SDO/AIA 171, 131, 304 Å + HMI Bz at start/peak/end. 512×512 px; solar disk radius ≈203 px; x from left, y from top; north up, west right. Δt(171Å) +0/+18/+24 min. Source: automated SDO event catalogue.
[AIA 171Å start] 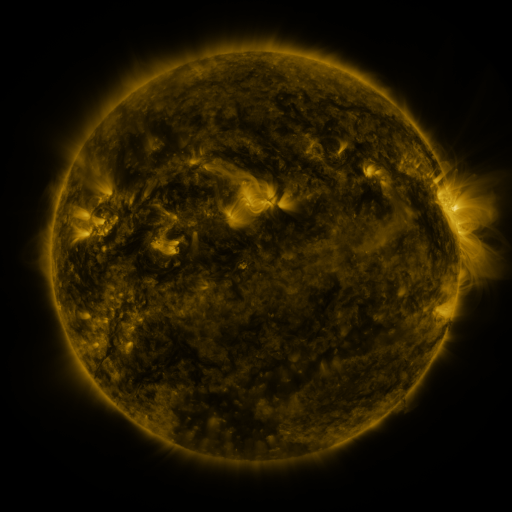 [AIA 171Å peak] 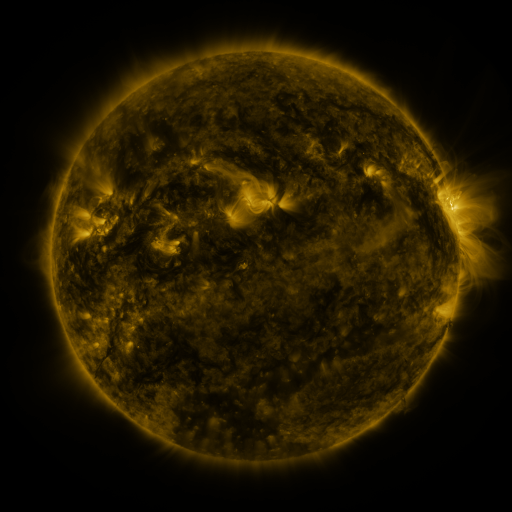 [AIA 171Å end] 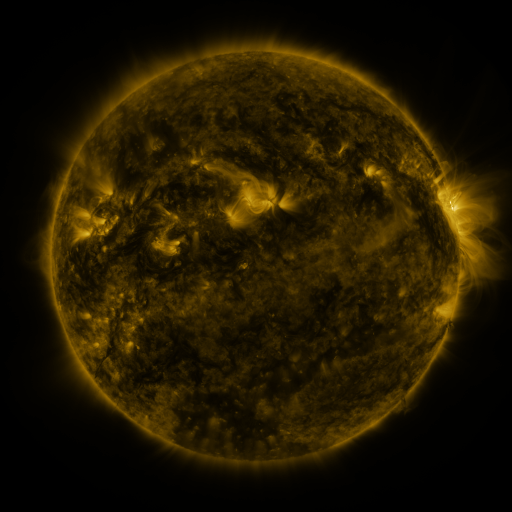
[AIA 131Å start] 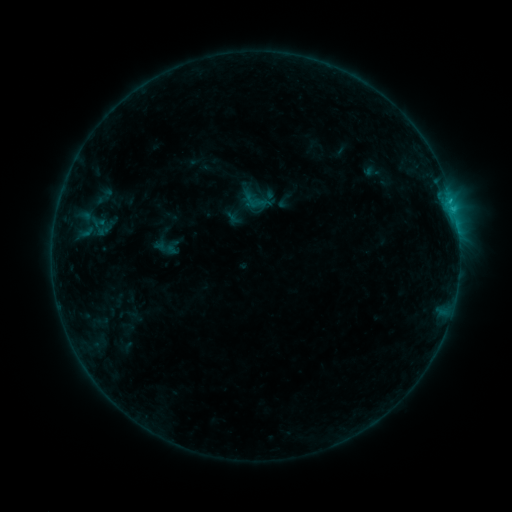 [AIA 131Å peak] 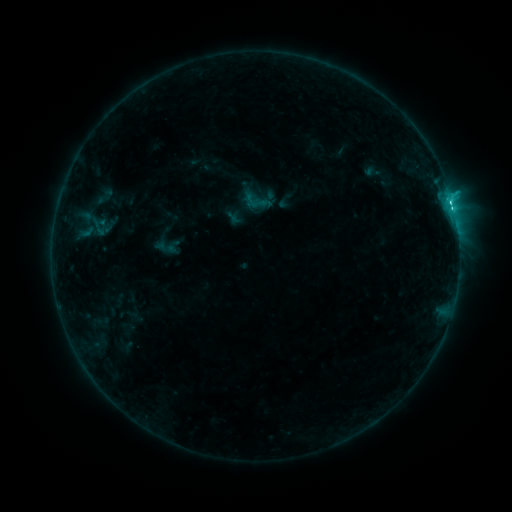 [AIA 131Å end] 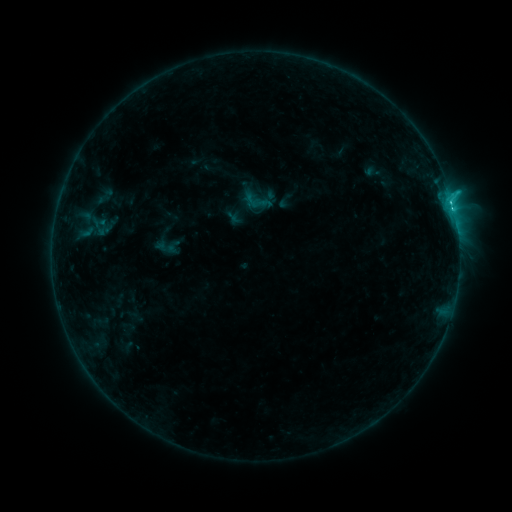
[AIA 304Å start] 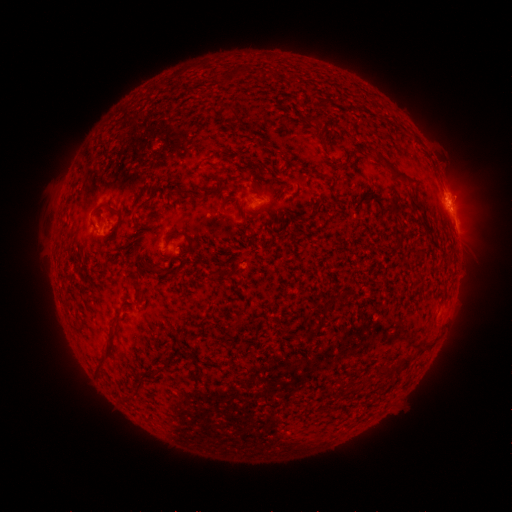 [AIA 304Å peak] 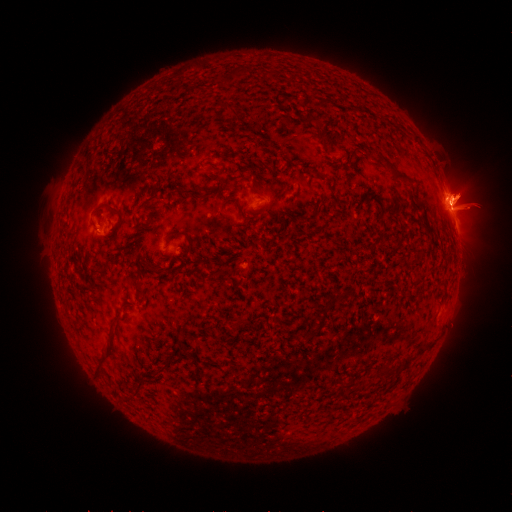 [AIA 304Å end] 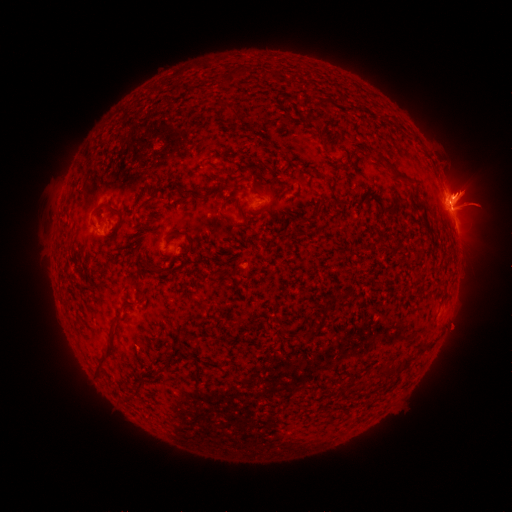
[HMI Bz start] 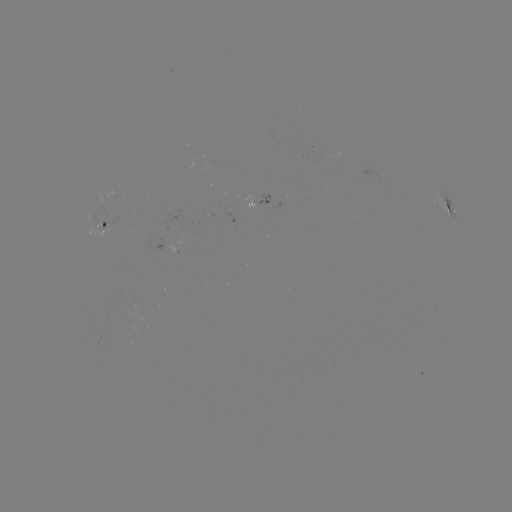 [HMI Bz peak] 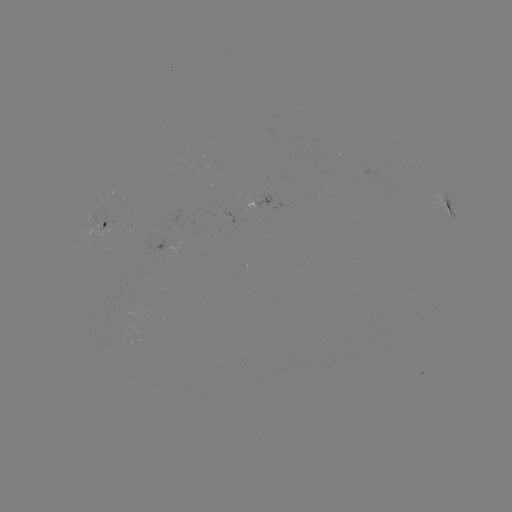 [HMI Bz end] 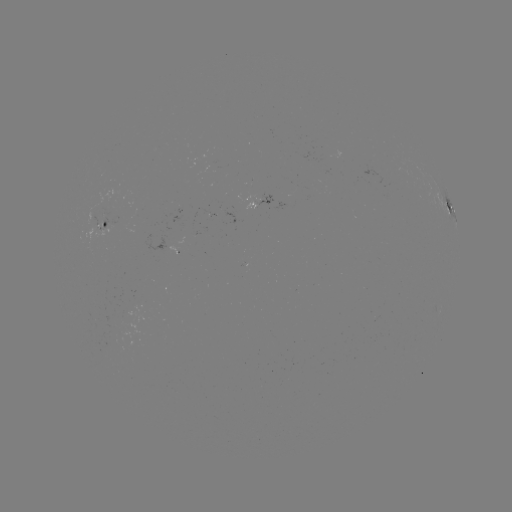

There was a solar flare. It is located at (451, 209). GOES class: C2.0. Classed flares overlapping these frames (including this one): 1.